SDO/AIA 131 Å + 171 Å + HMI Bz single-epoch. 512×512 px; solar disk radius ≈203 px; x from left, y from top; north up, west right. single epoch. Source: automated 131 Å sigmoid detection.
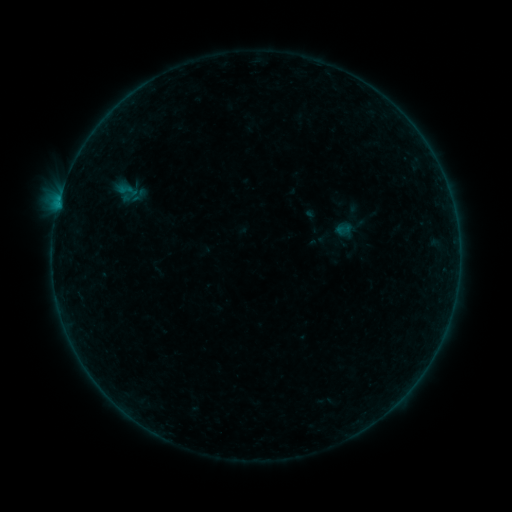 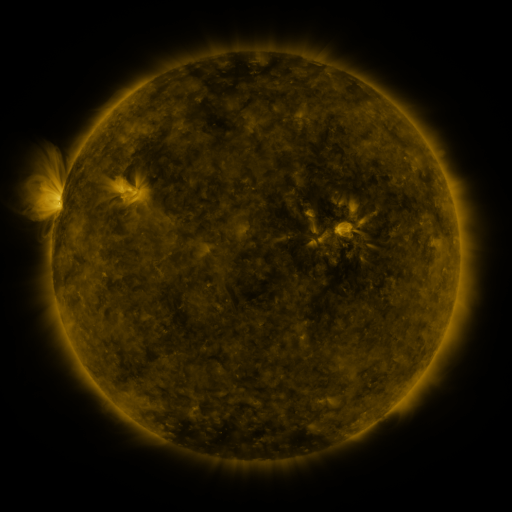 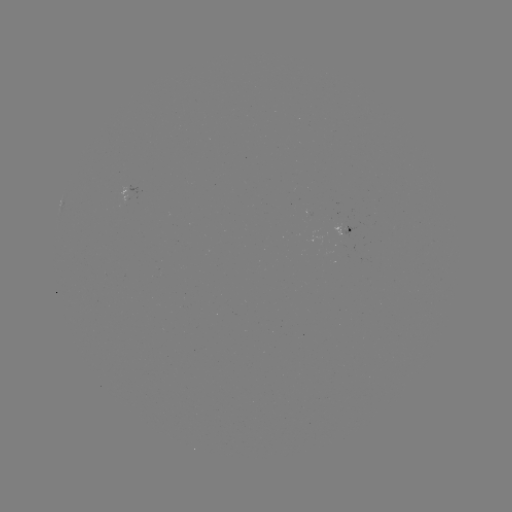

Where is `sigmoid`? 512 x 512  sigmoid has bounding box [116, 179, 138, 201].